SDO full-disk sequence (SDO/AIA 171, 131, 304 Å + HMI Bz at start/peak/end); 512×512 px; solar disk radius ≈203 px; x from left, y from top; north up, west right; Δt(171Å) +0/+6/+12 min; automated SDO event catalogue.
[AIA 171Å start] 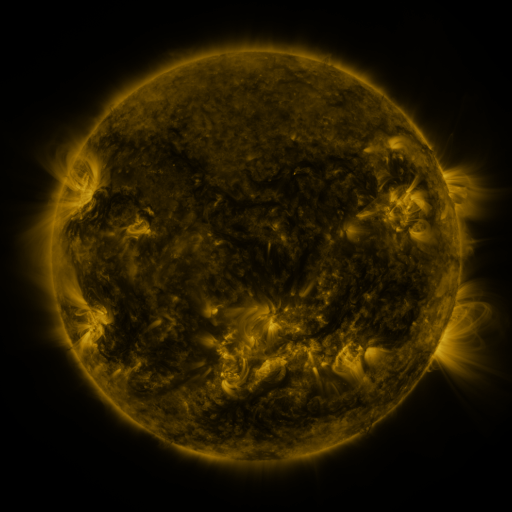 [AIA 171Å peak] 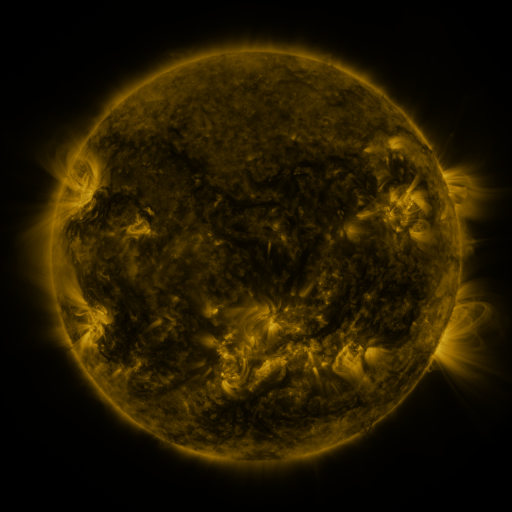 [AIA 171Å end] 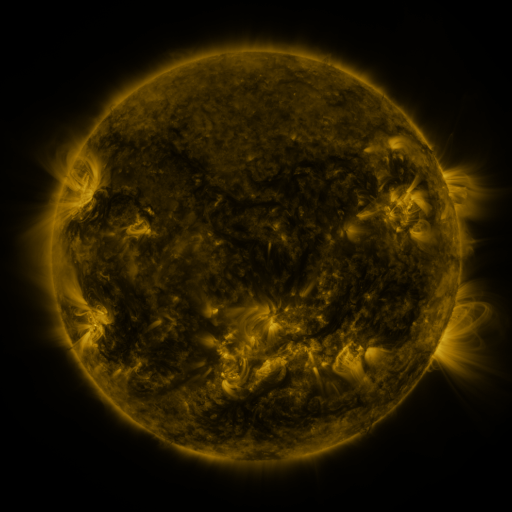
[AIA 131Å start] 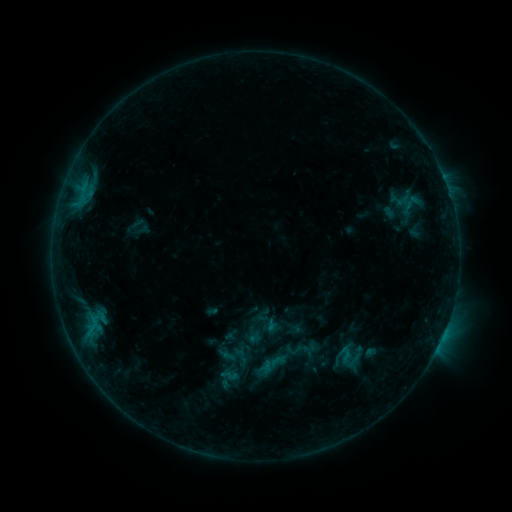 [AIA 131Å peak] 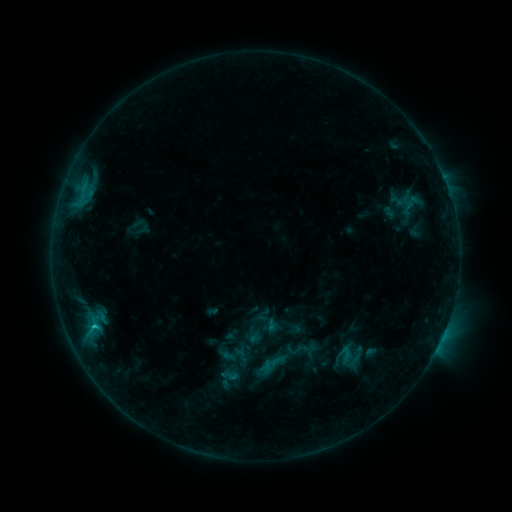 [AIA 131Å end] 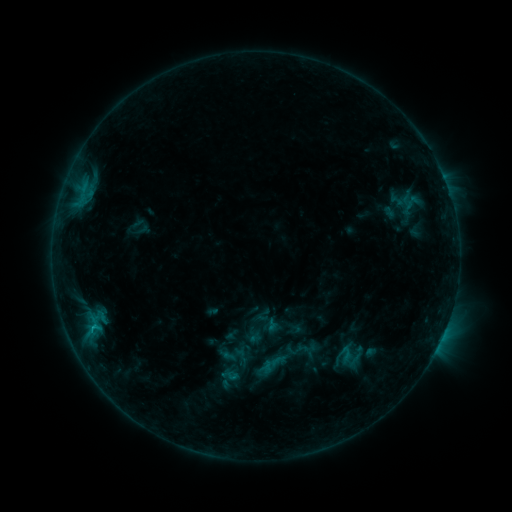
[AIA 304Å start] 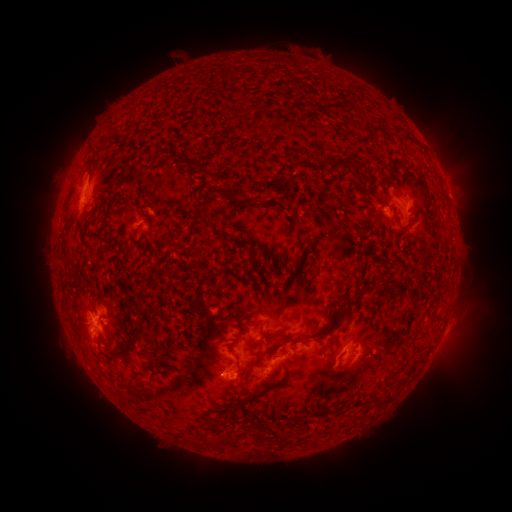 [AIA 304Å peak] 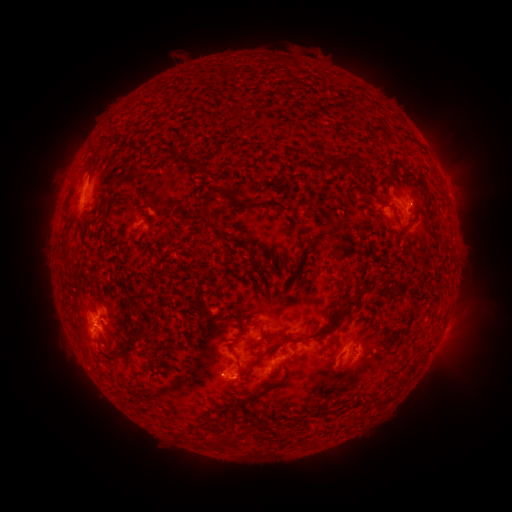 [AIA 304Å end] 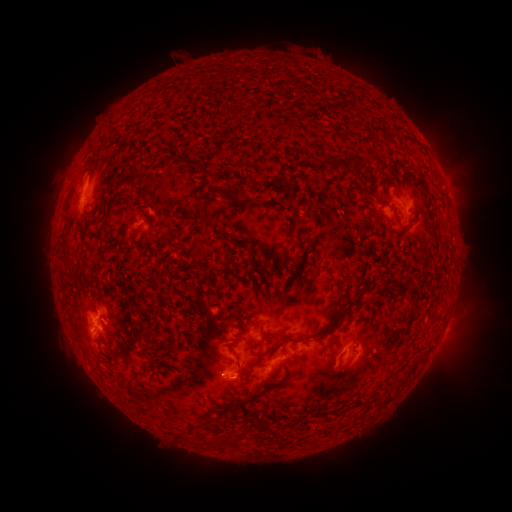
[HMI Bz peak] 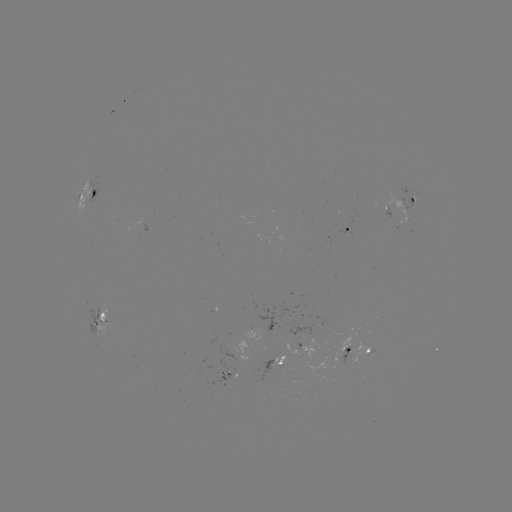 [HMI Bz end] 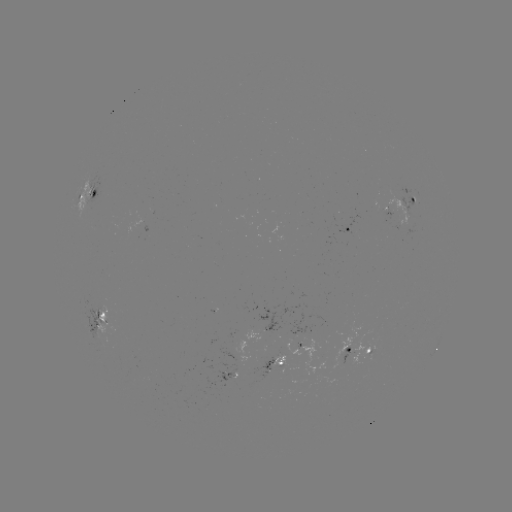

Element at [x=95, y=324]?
B9.5 flare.